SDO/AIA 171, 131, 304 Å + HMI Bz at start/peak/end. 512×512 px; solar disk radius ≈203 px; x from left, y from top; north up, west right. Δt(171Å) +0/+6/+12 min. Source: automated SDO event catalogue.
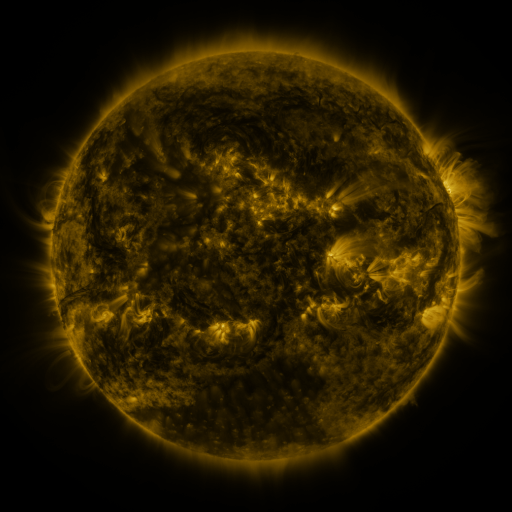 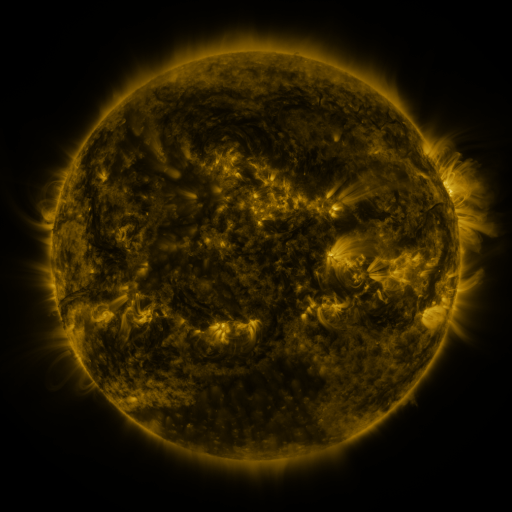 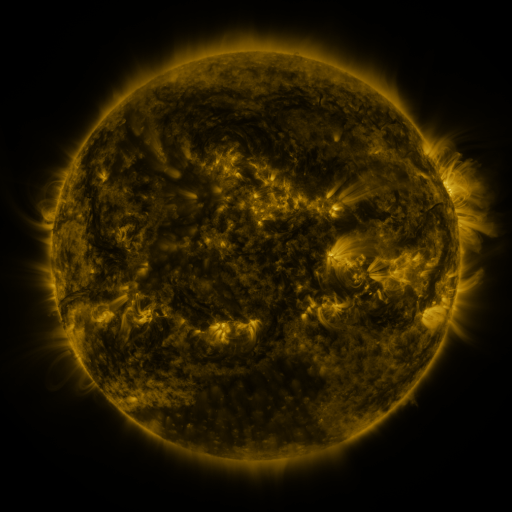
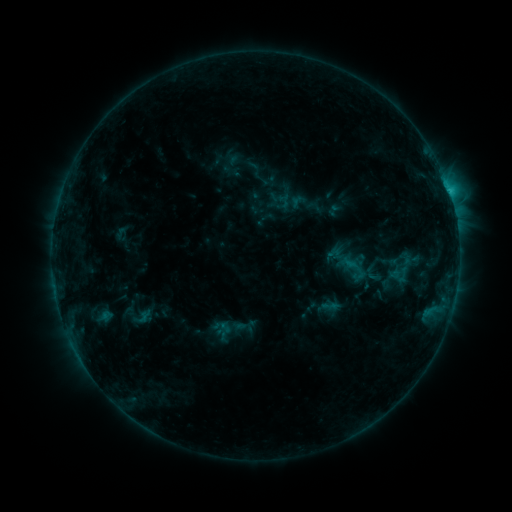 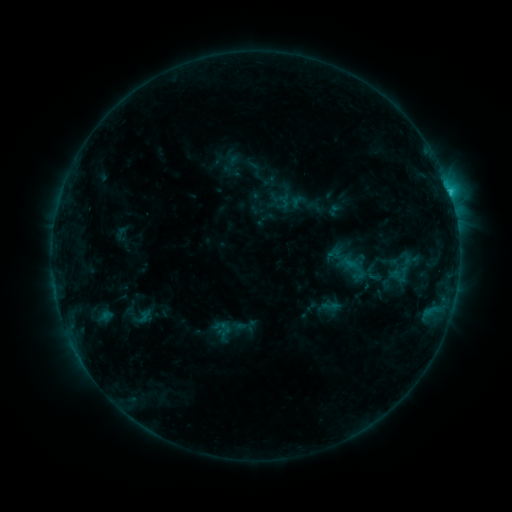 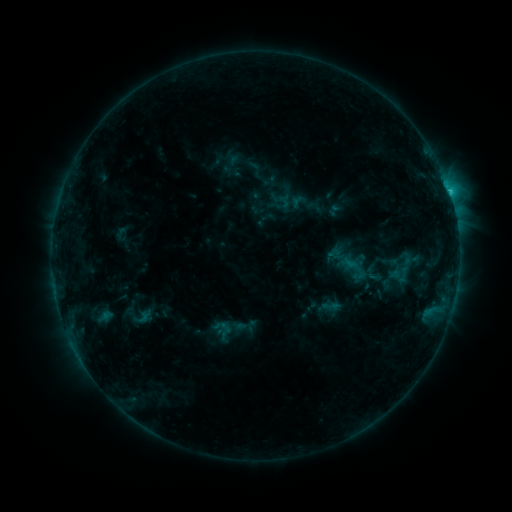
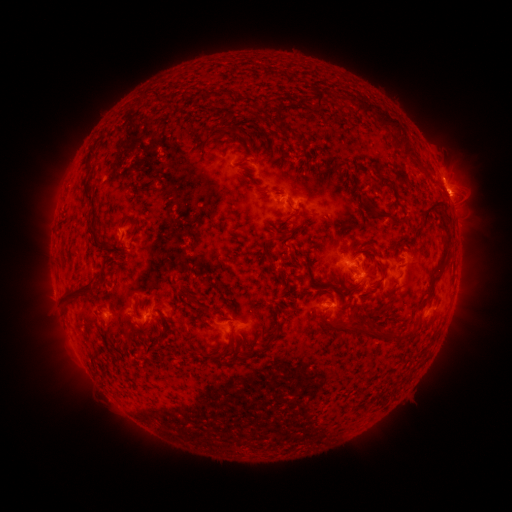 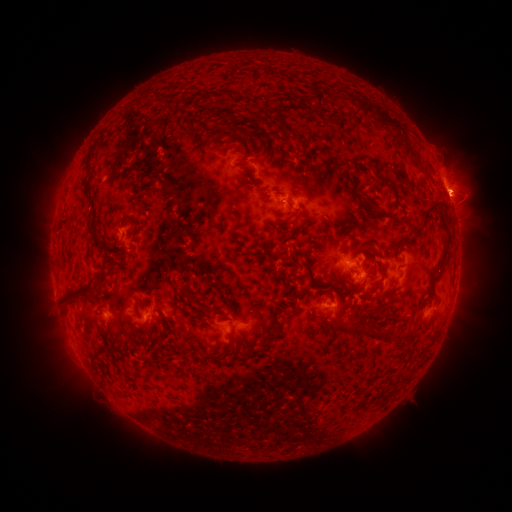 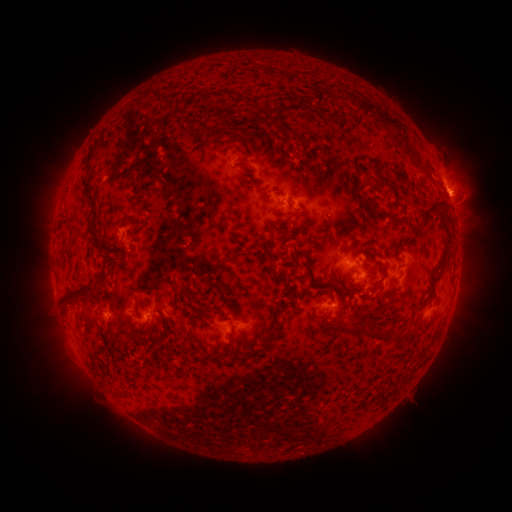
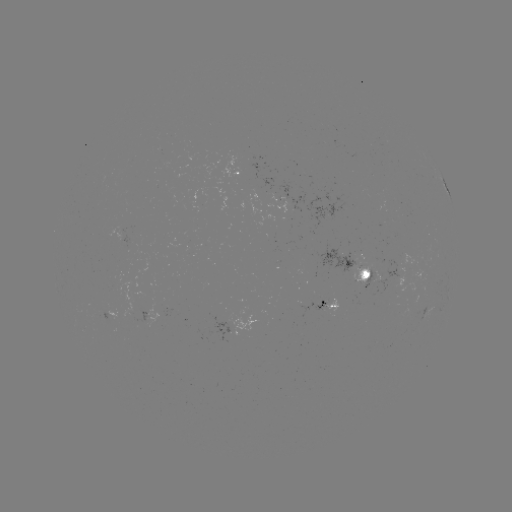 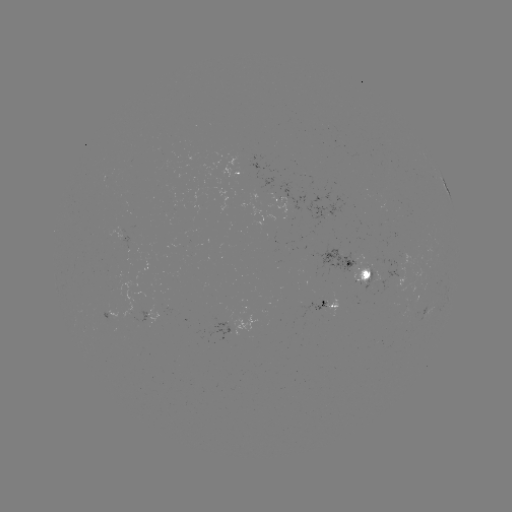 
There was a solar flare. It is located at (450, 195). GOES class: C1.8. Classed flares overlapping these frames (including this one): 1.